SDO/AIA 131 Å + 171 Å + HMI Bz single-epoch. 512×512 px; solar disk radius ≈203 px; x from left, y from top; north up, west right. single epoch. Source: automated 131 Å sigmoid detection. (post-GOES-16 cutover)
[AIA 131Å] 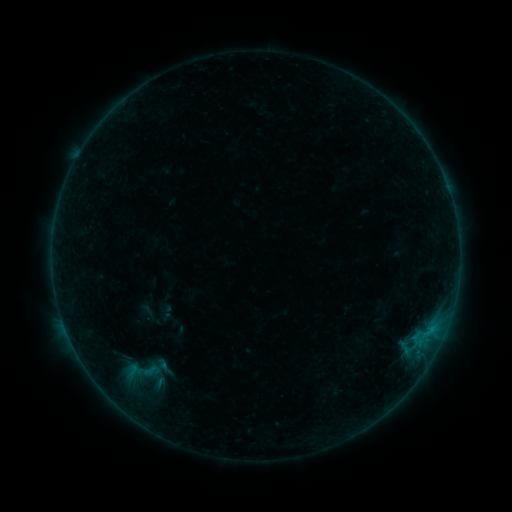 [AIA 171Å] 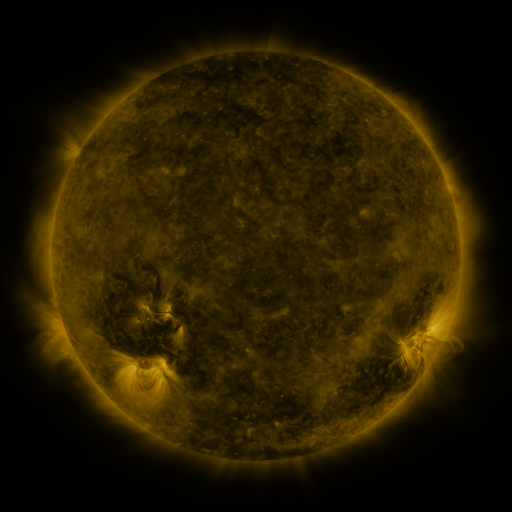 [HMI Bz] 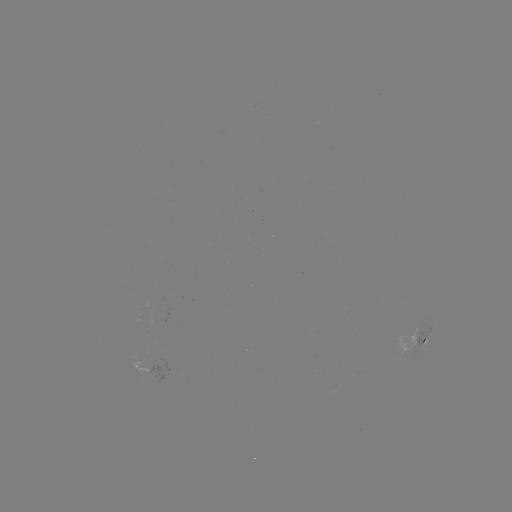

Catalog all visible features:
sigmoid: [110, 353, 170, 388]
